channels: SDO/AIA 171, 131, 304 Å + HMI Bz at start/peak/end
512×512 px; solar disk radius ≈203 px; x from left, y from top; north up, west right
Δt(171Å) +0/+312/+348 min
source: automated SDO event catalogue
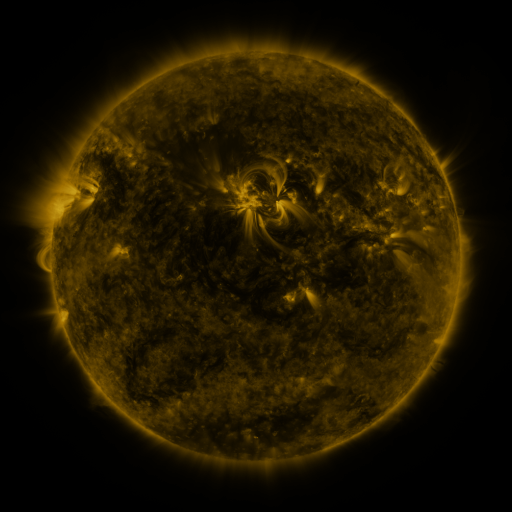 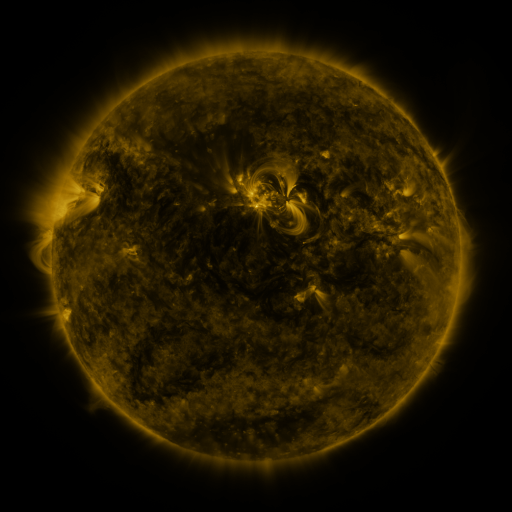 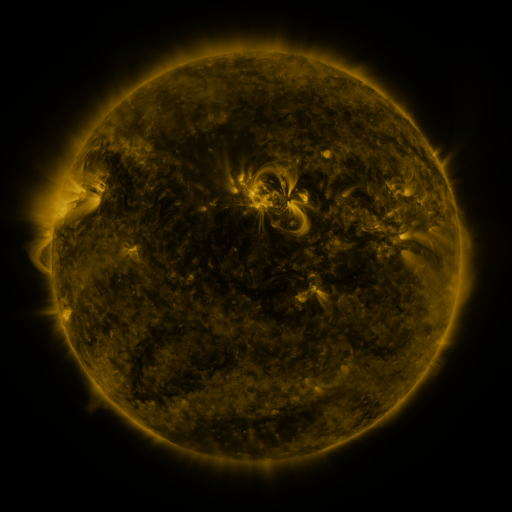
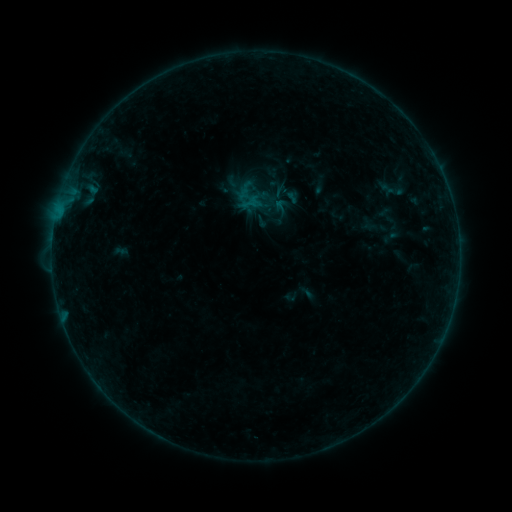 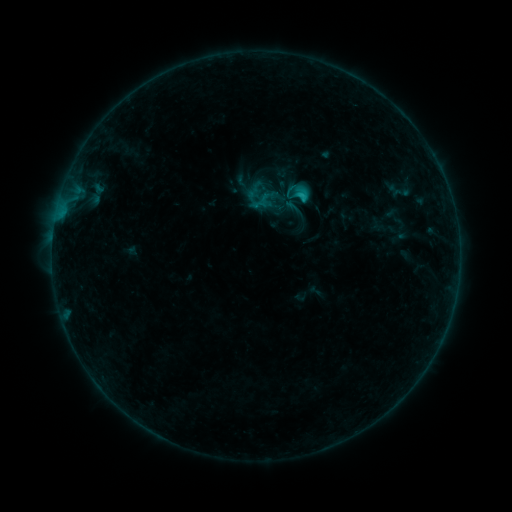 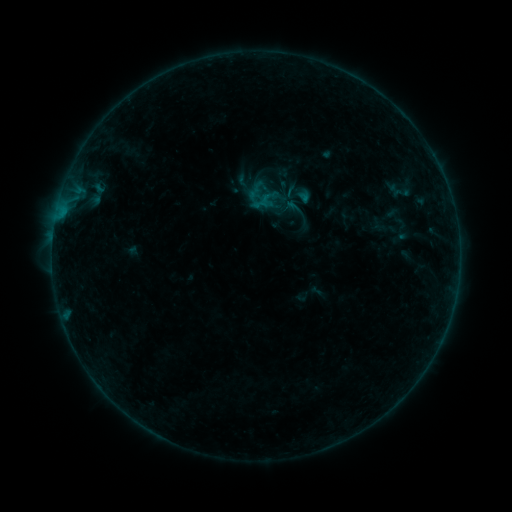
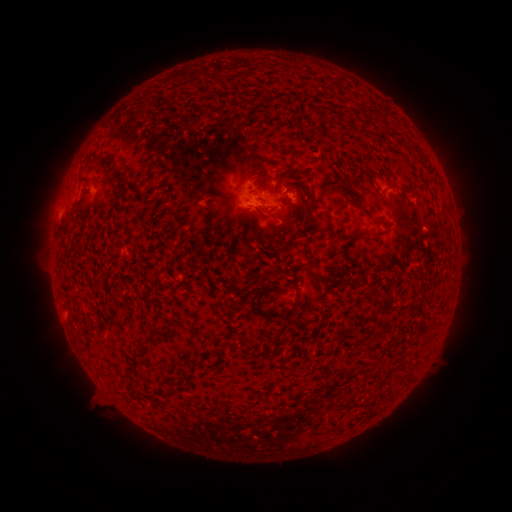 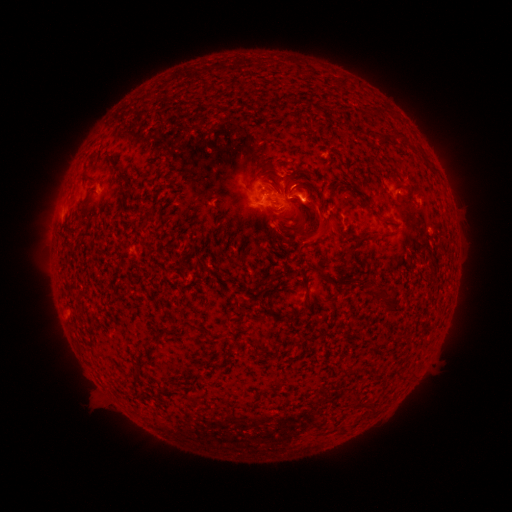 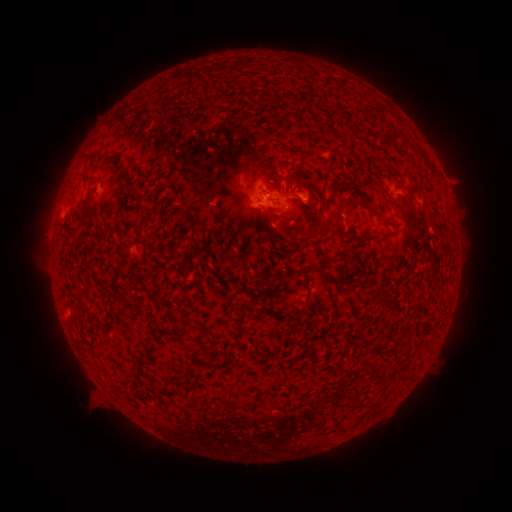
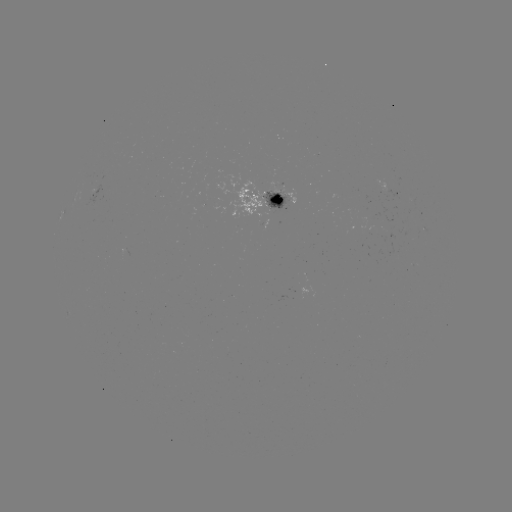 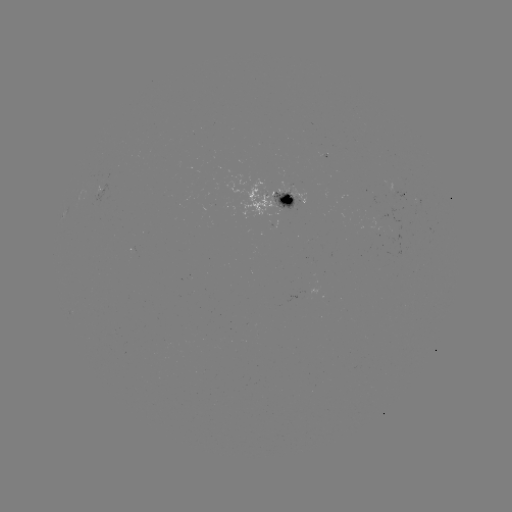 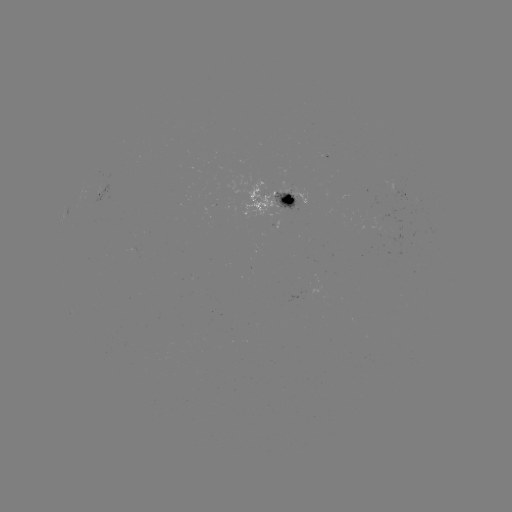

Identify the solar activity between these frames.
emerging-flux region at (323, 155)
